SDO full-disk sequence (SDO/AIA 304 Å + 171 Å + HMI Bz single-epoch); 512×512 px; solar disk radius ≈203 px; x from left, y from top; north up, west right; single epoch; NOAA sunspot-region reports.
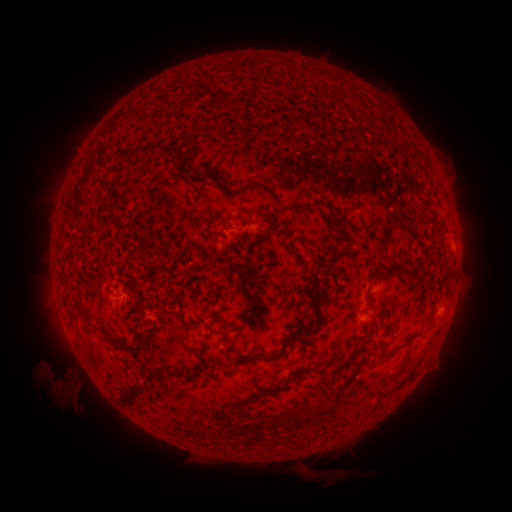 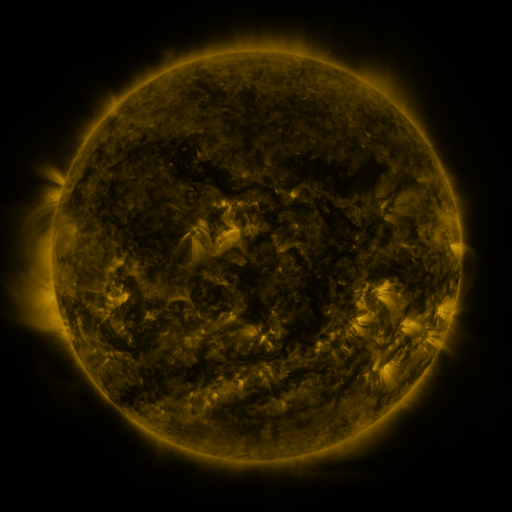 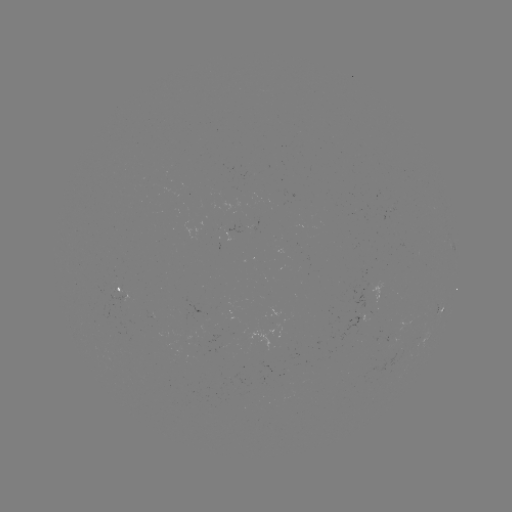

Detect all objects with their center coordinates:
spotted active region: (452, 248)
spotted active region: (122, 296)
spotted active region: (437, 308)
